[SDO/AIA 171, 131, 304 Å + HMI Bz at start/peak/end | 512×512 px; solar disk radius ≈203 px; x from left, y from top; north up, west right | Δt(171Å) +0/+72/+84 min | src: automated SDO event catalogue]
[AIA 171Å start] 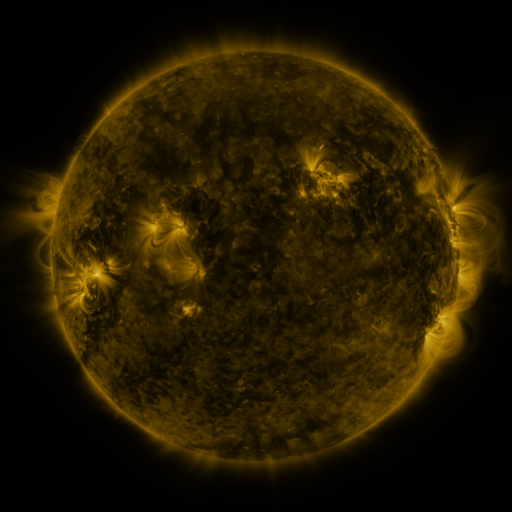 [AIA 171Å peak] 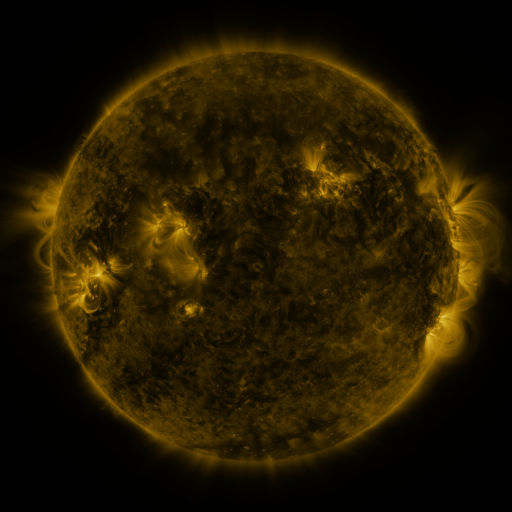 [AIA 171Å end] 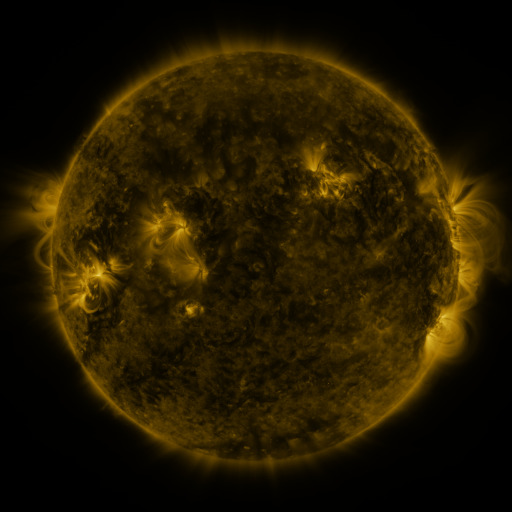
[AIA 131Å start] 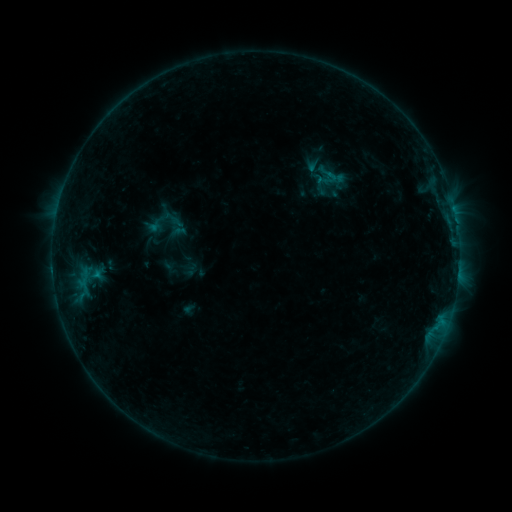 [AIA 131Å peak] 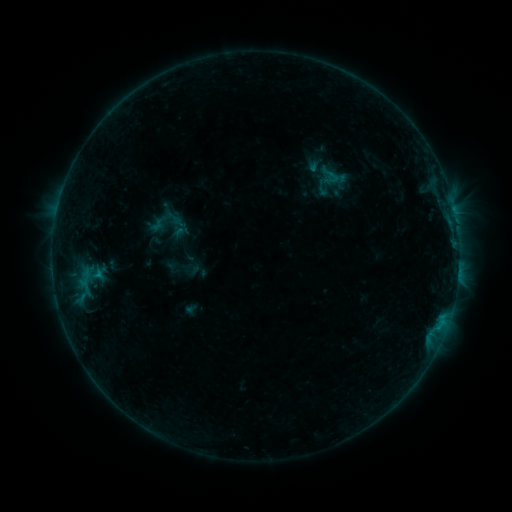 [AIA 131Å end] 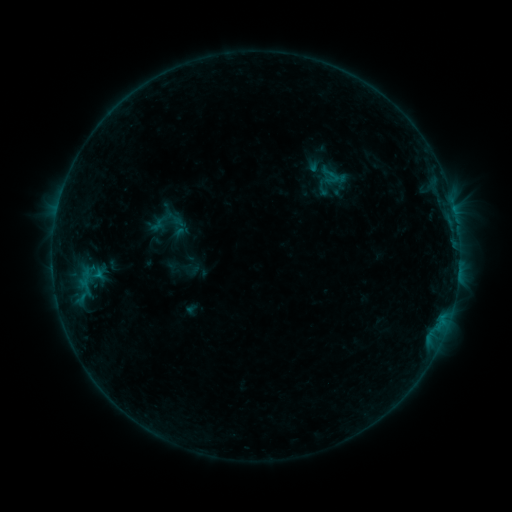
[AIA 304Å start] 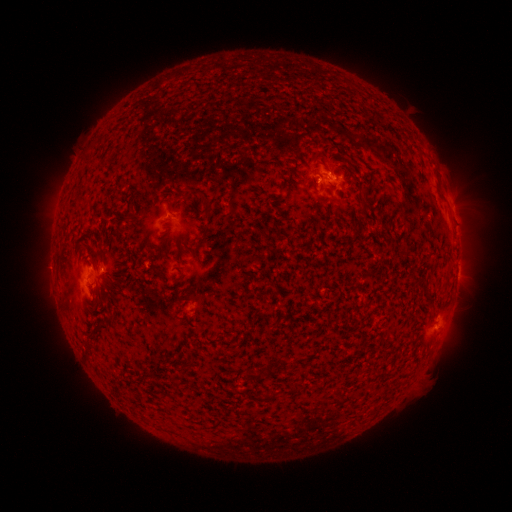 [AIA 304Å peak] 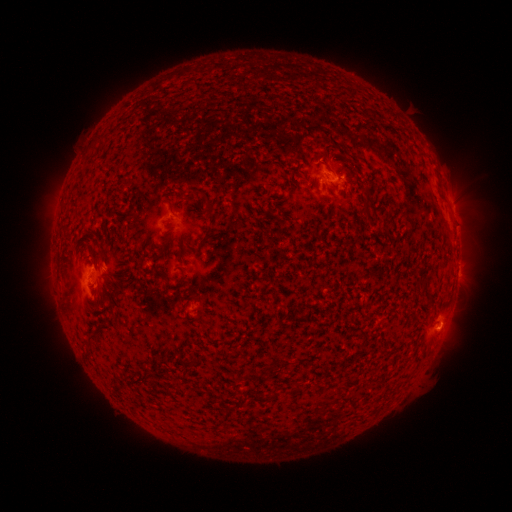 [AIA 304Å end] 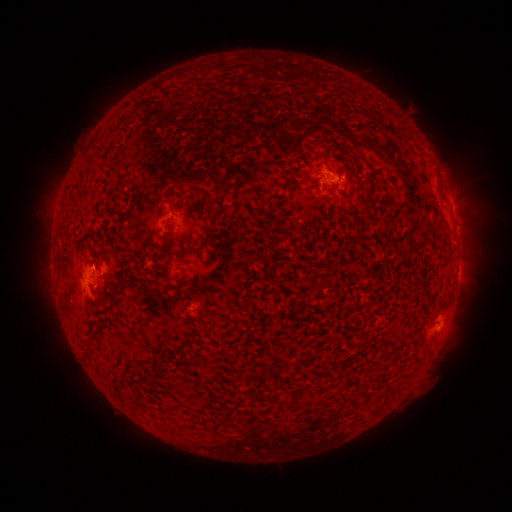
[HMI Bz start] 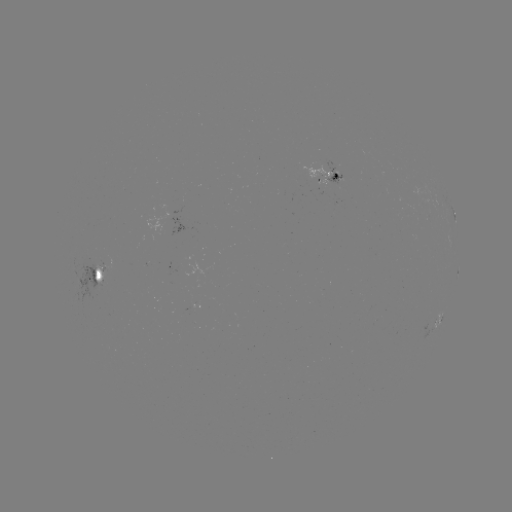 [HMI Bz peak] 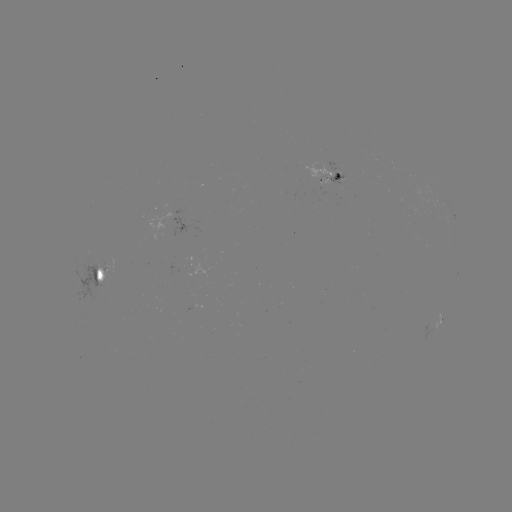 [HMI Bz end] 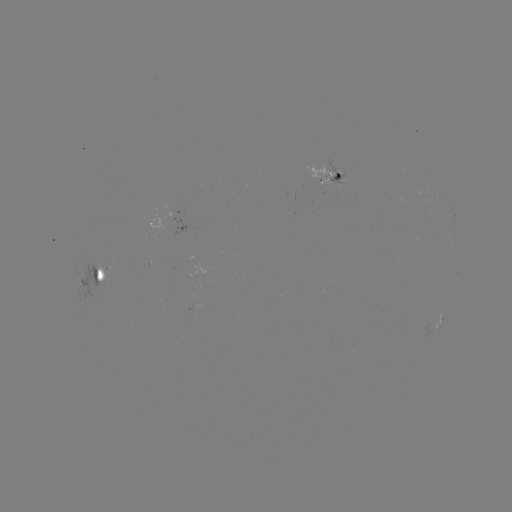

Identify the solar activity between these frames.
emerging-flux region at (100, 270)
